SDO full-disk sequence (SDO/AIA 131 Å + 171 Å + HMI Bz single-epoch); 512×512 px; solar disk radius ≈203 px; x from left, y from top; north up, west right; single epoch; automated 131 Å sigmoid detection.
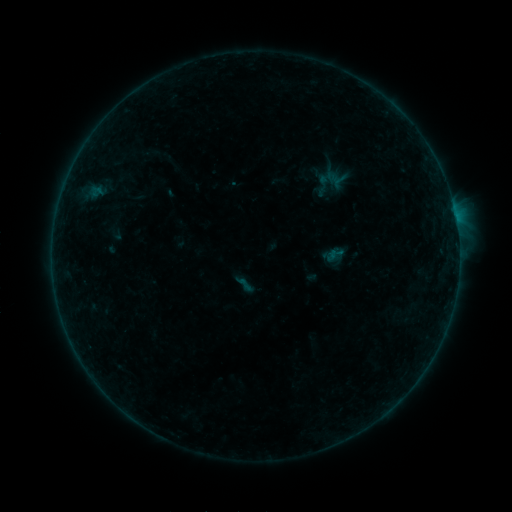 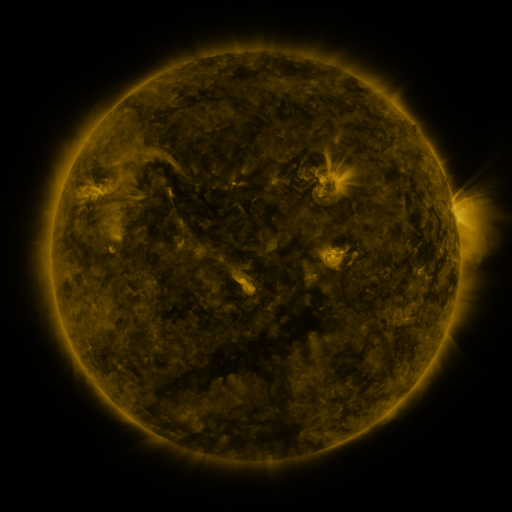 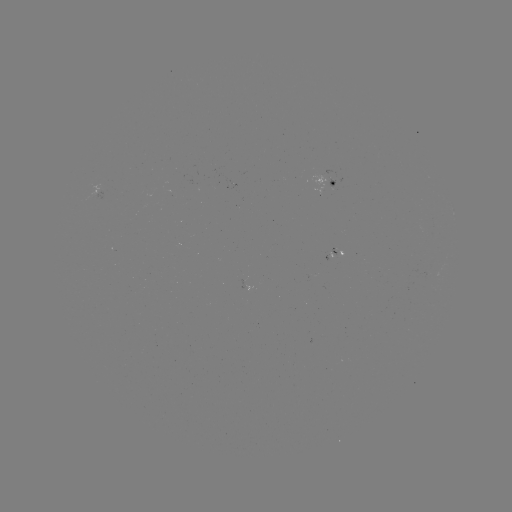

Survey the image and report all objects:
sigmoid: (336, 254)
sigmoid: (244, 284)
